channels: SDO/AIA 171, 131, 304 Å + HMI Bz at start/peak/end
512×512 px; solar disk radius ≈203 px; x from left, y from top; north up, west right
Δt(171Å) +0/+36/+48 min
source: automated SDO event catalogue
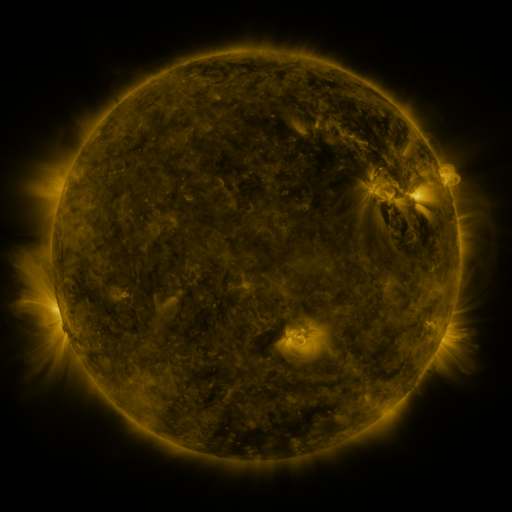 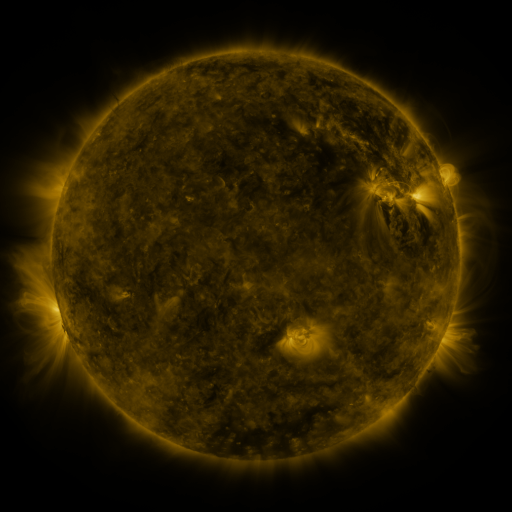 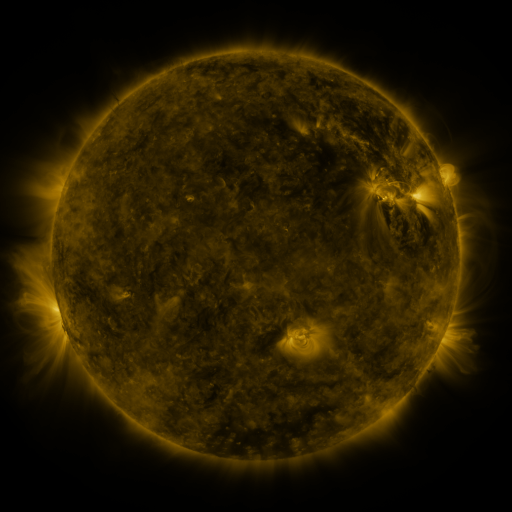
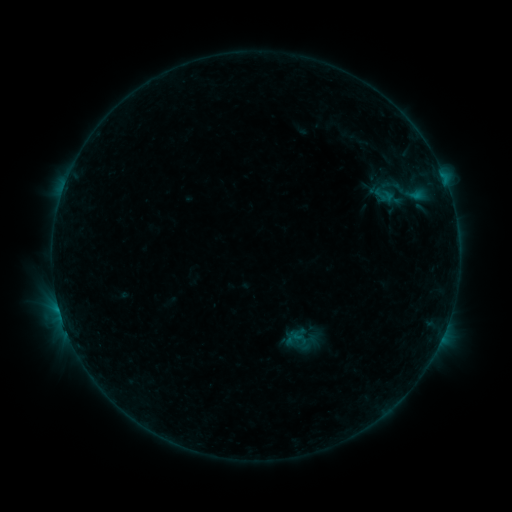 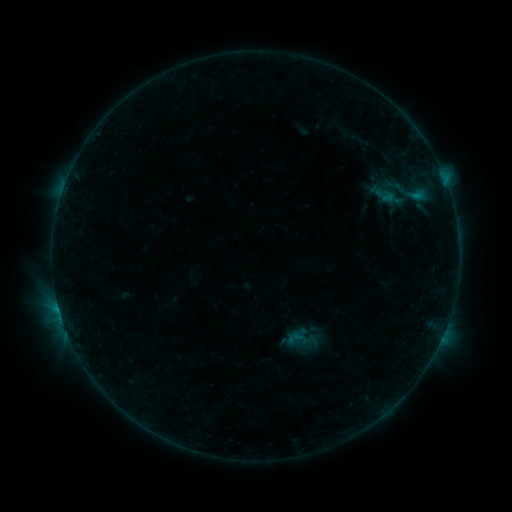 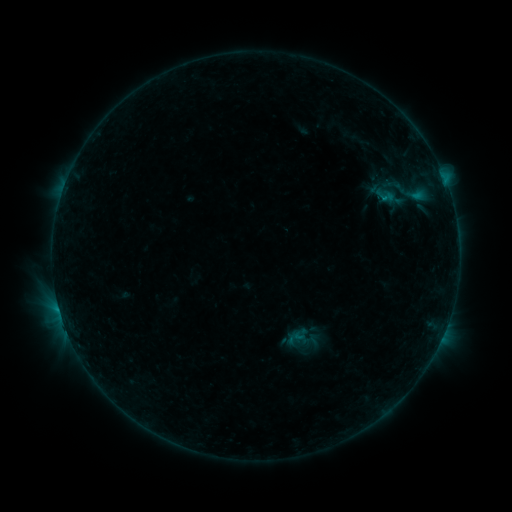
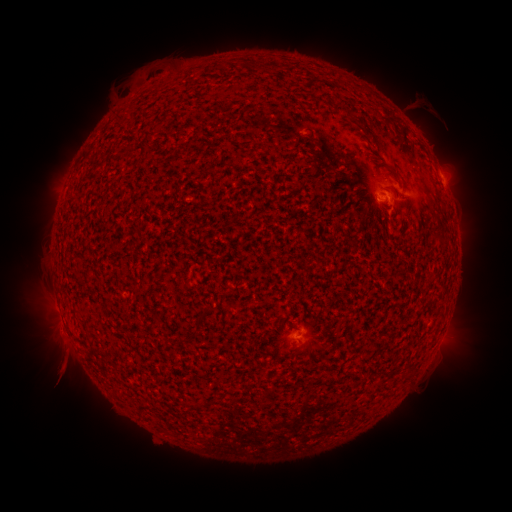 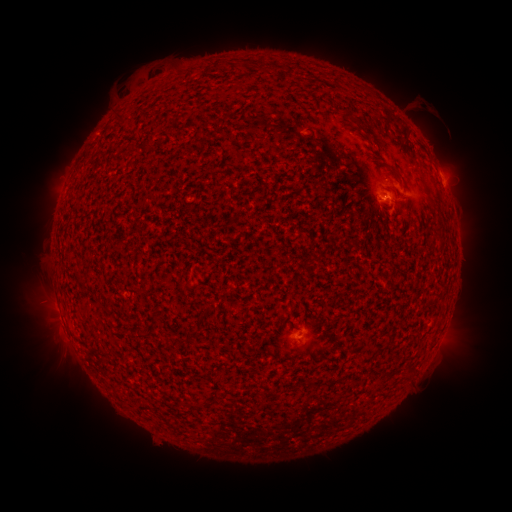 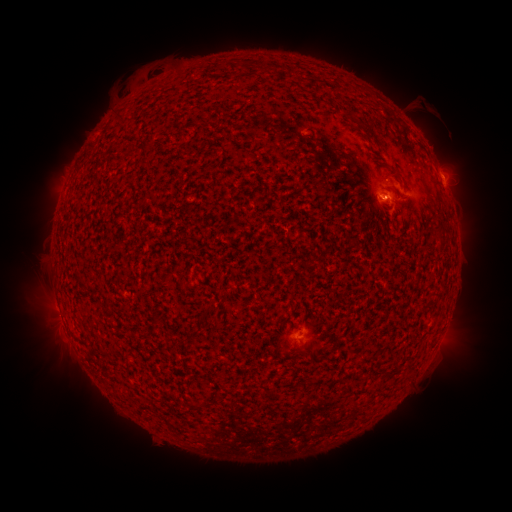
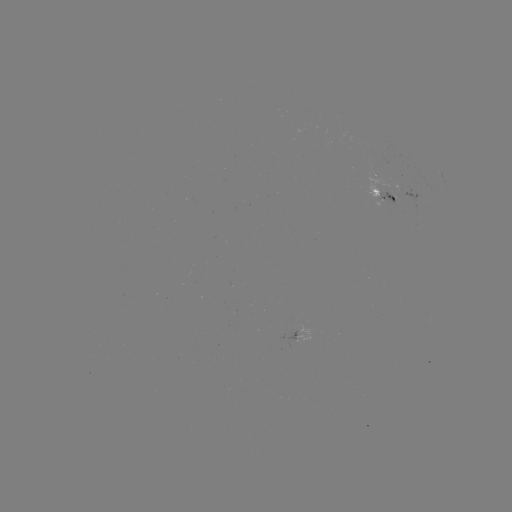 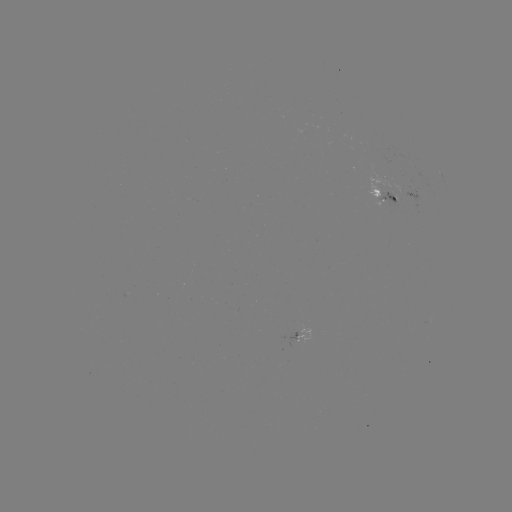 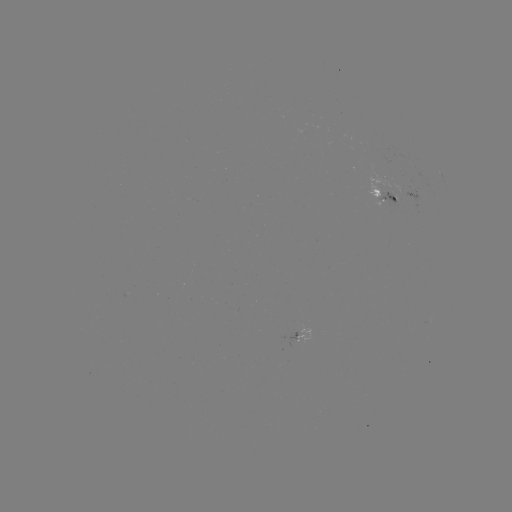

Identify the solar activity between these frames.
emerging-flux region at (389, 190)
